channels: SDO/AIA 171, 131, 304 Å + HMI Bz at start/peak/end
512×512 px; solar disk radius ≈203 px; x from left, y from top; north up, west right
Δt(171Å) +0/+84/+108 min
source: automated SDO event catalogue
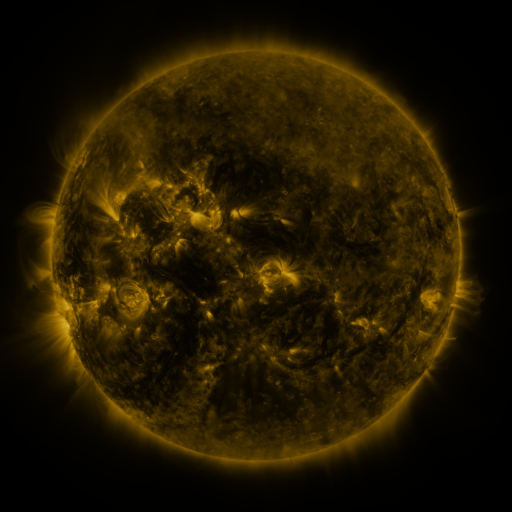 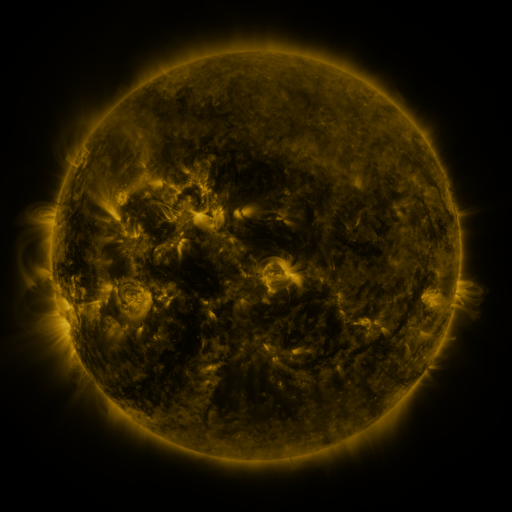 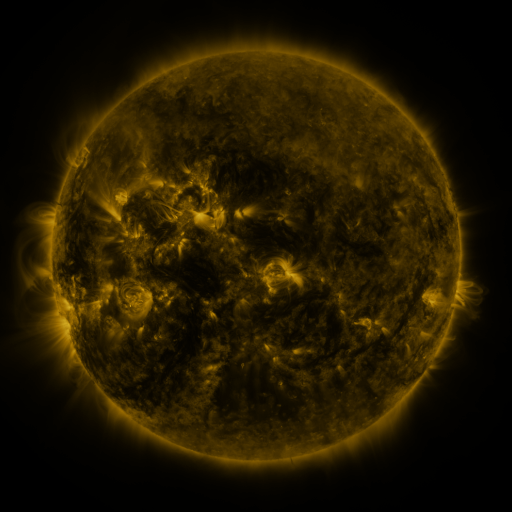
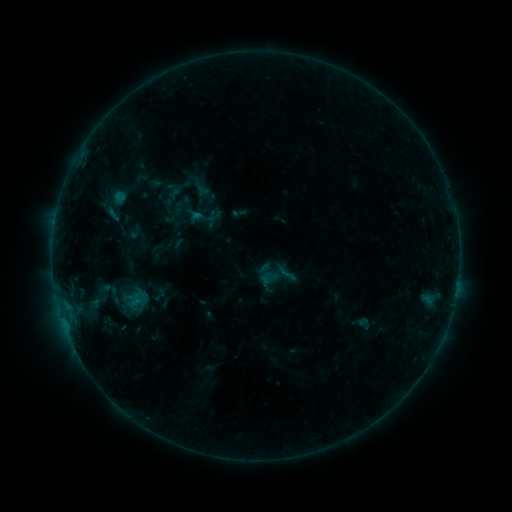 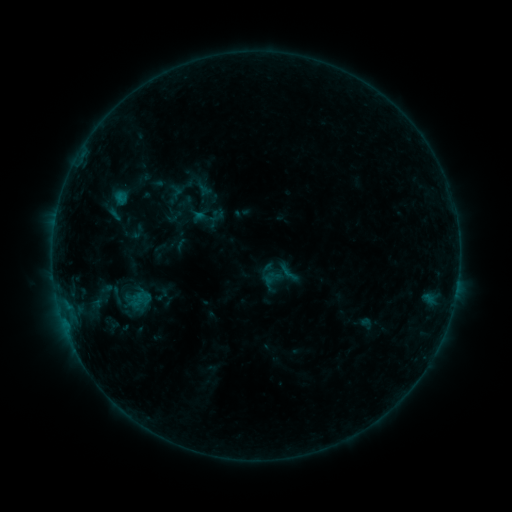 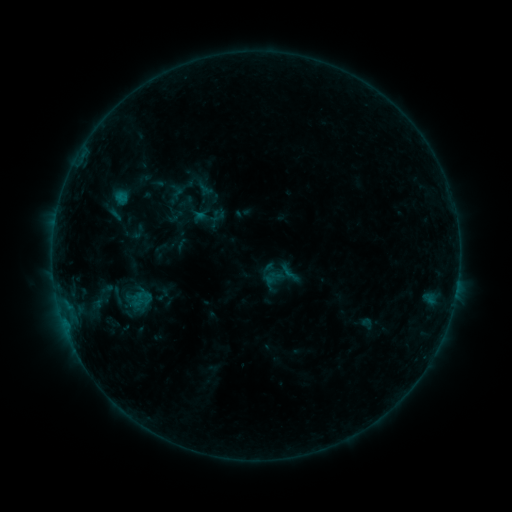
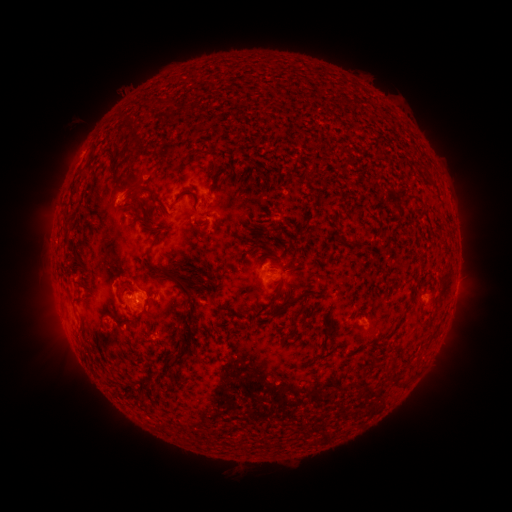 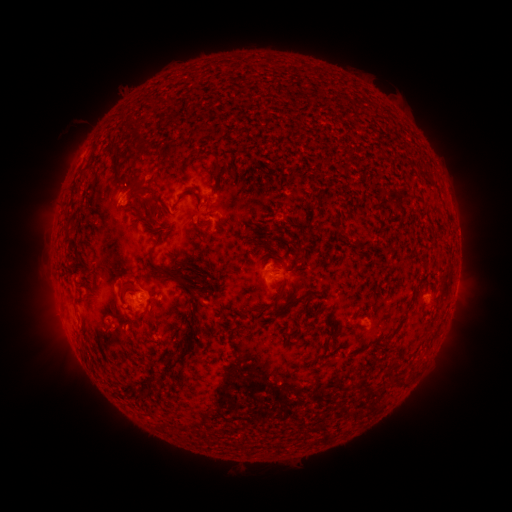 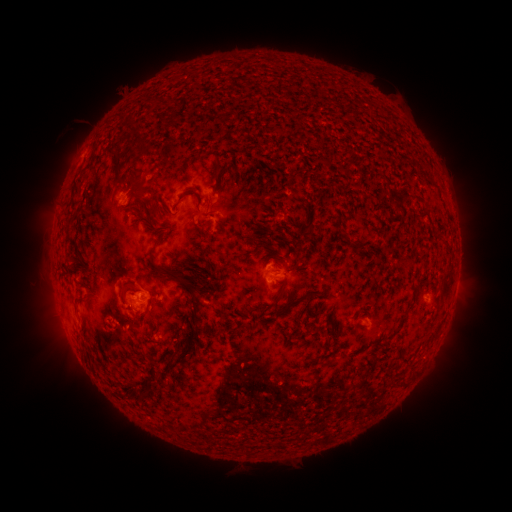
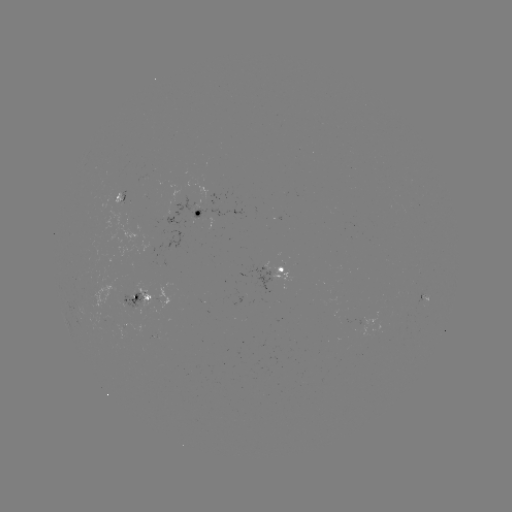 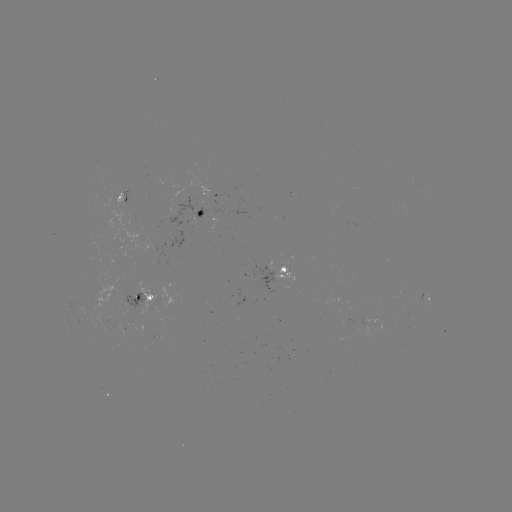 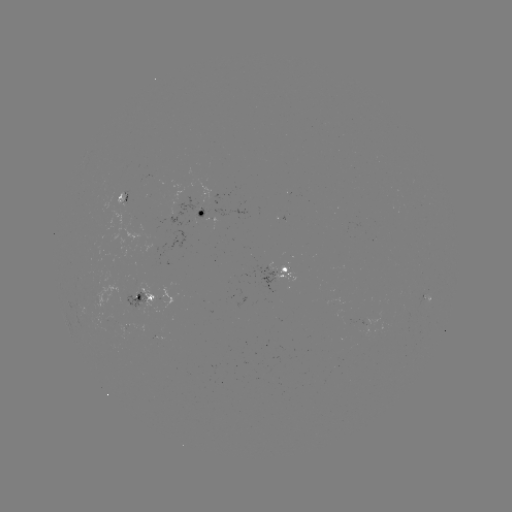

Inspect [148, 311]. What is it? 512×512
emerging-flux region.